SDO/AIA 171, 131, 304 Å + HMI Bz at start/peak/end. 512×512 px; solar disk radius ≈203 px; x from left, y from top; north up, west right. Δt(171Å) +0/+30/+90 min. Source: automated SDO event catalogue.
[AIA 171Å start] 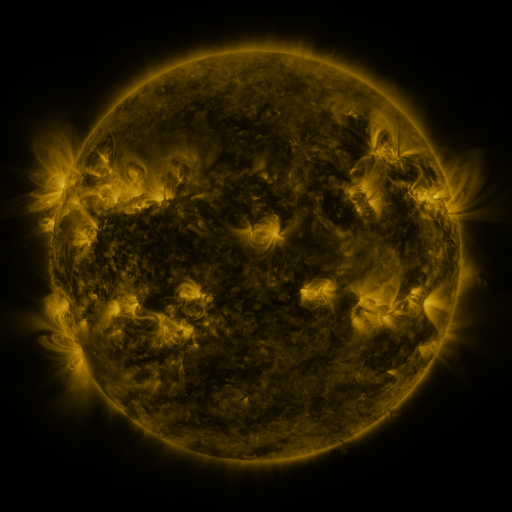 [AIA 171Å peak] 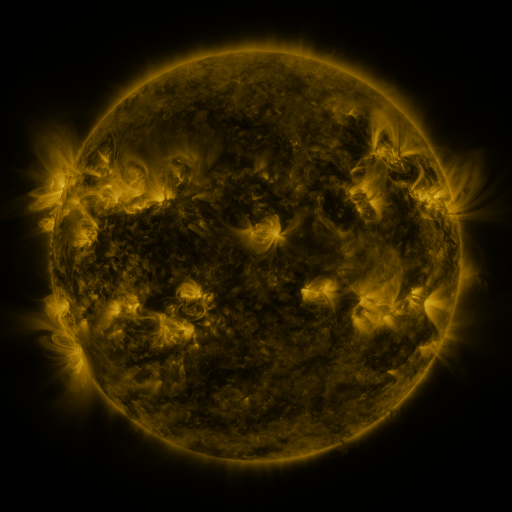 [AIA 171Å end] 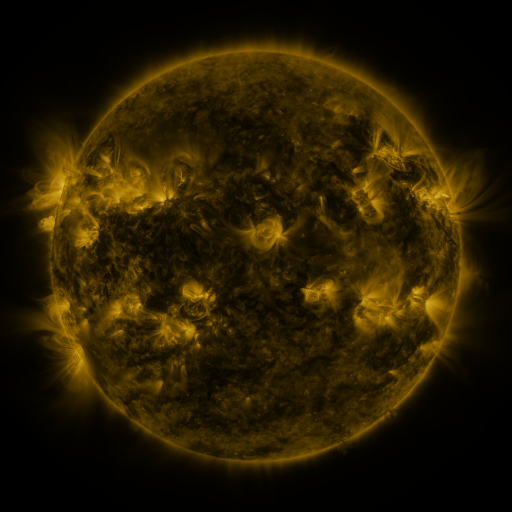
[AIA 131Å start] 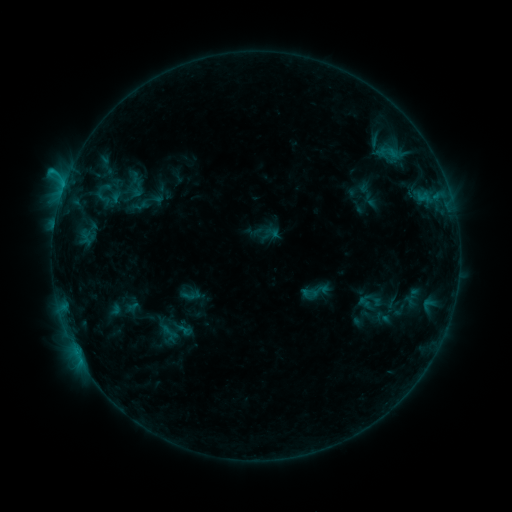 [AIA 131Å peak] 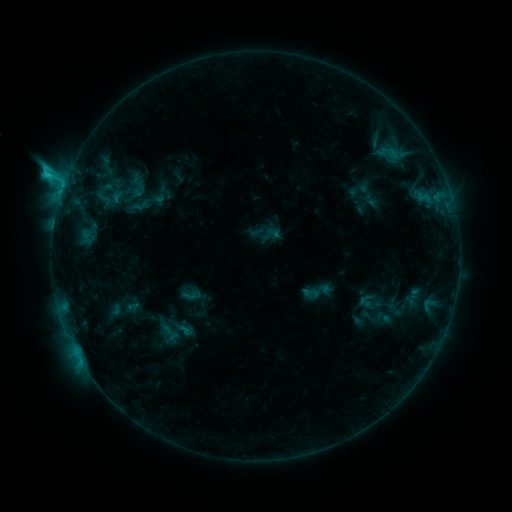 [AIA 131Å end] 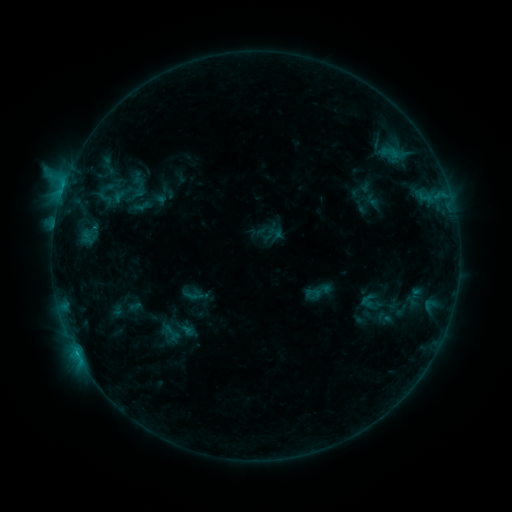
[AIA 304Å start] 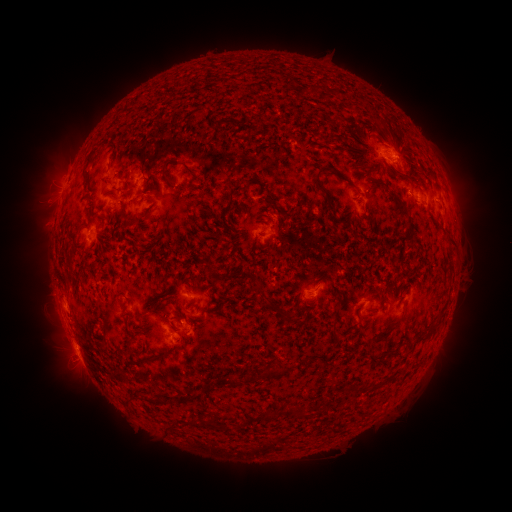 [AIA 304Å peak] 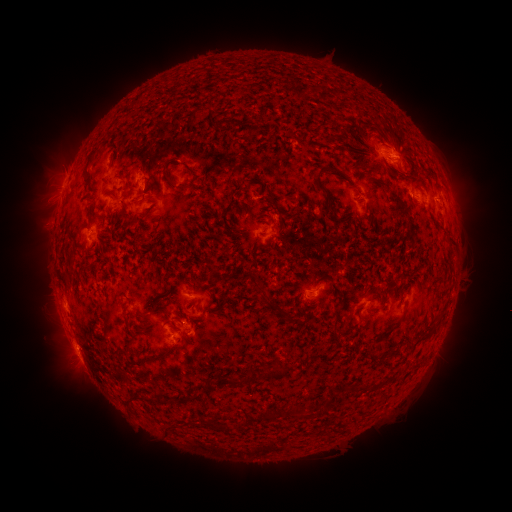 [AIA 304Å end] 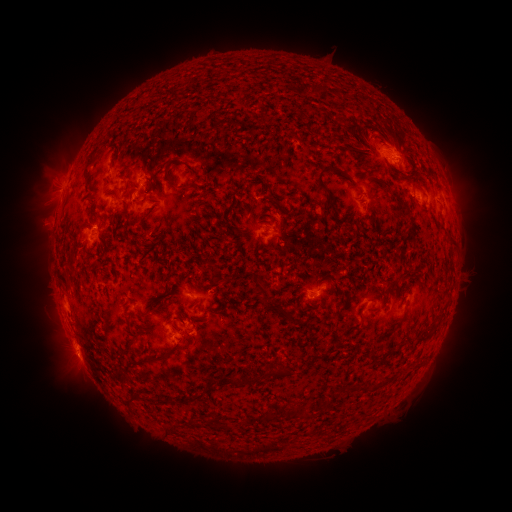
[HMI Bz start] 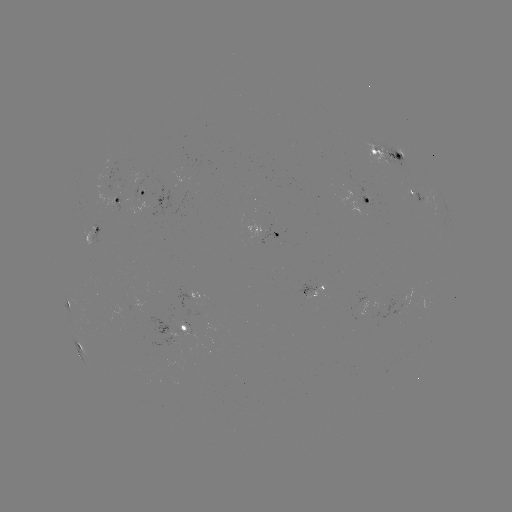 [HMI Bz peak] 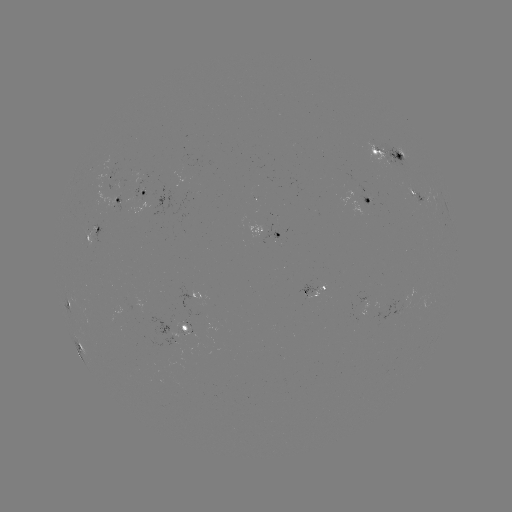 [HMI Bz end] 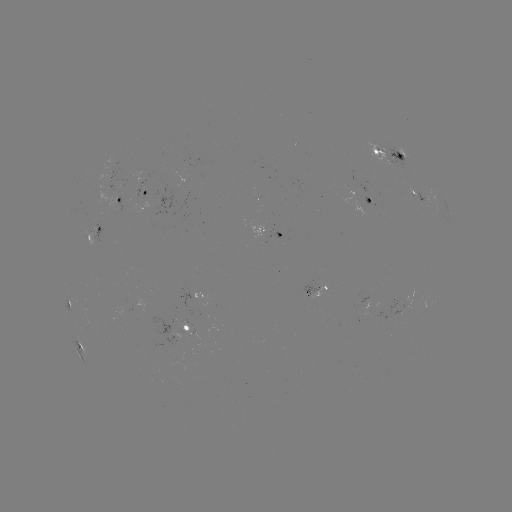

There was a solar flare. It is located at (66, 182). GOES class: C2.3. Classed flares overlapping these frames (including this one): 1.